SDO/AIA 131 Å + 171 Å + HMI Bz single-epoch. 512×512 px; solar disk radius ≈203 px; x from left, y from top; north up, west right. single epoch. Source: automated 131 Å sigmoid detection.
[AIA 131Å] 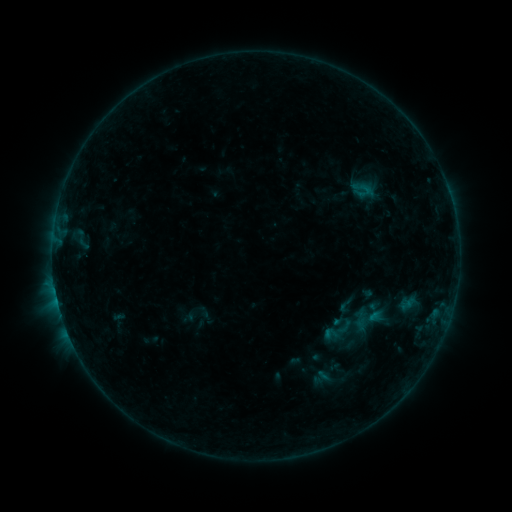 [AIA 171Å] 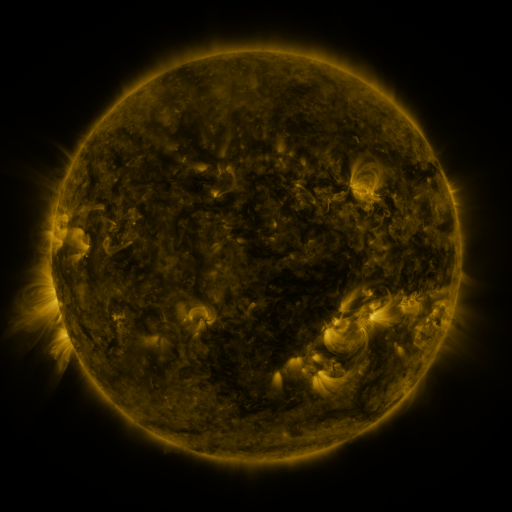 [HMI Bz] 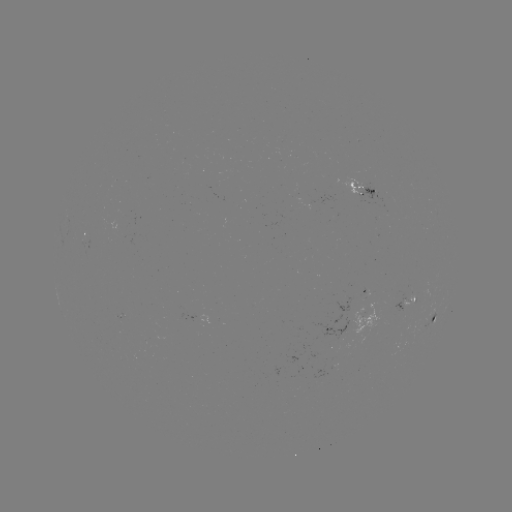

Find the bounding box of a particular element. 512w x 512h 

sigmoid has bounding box [336, 296, 354, 315].